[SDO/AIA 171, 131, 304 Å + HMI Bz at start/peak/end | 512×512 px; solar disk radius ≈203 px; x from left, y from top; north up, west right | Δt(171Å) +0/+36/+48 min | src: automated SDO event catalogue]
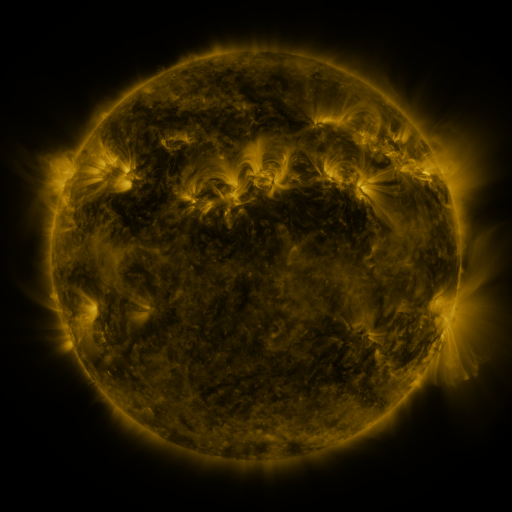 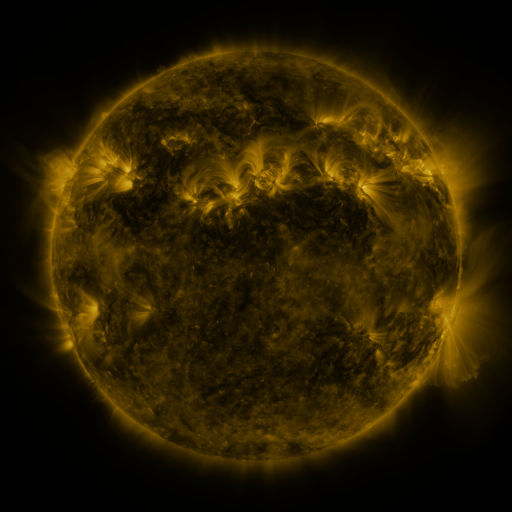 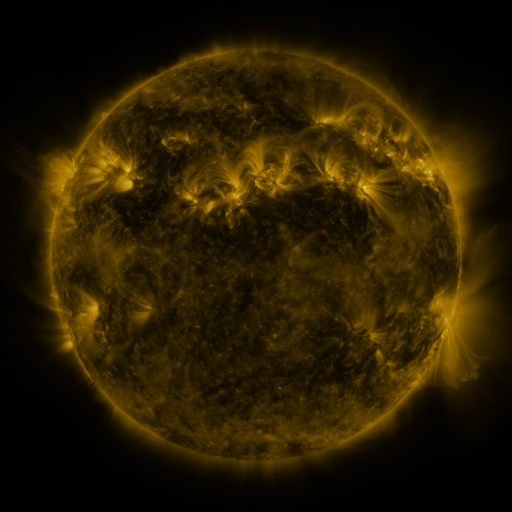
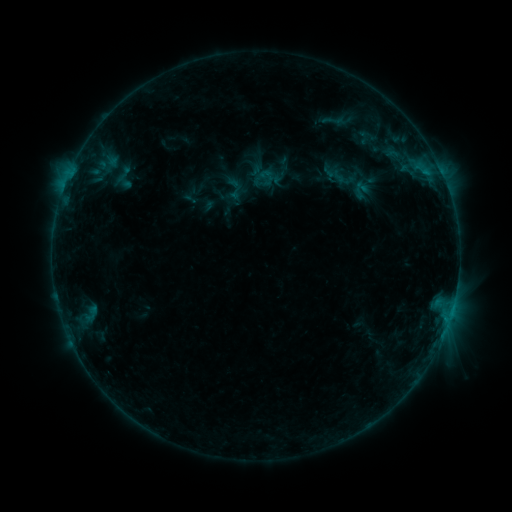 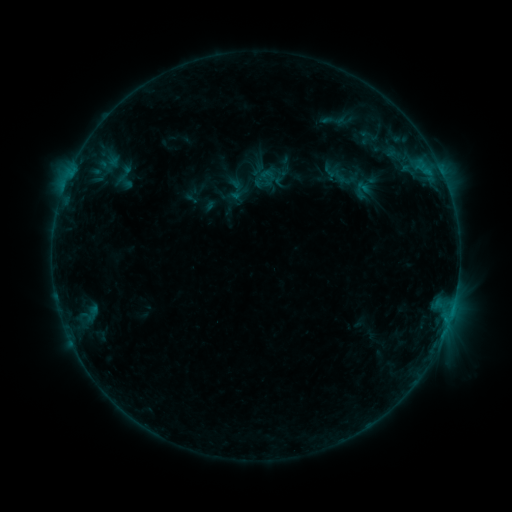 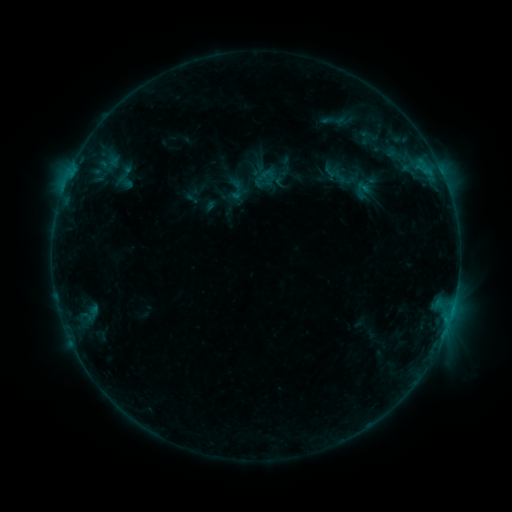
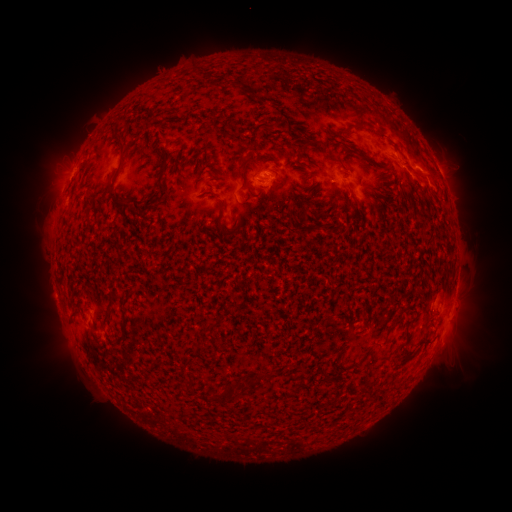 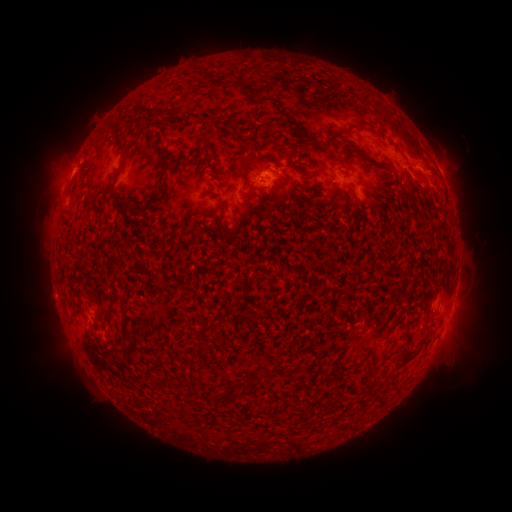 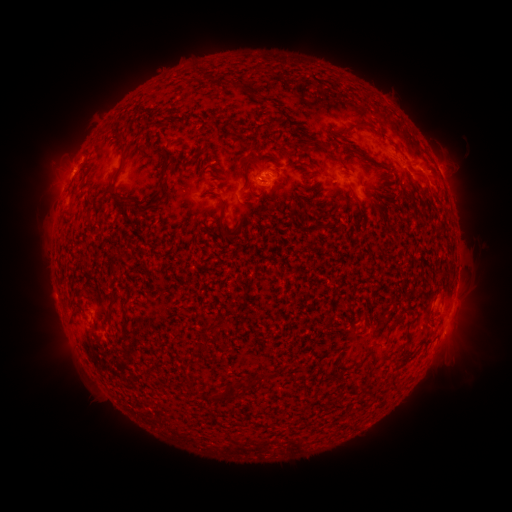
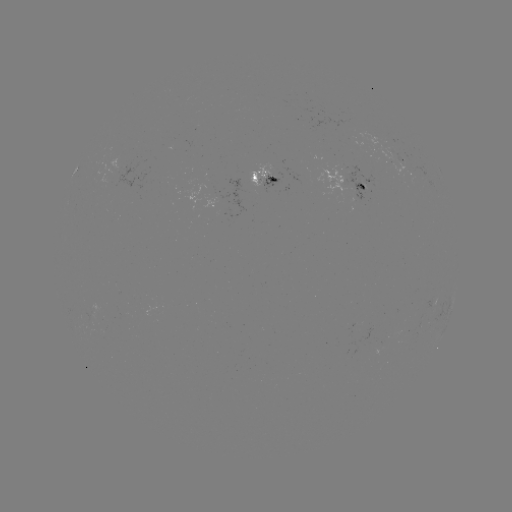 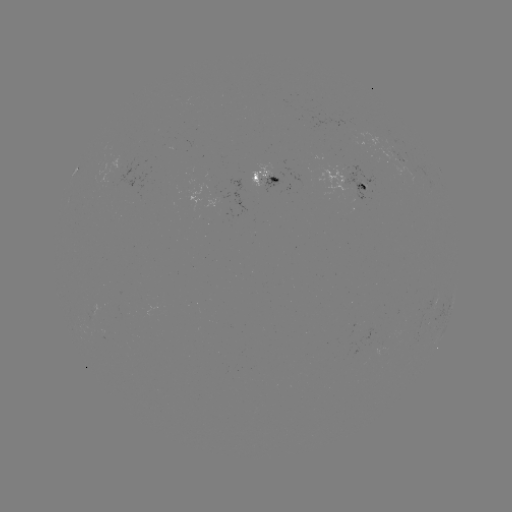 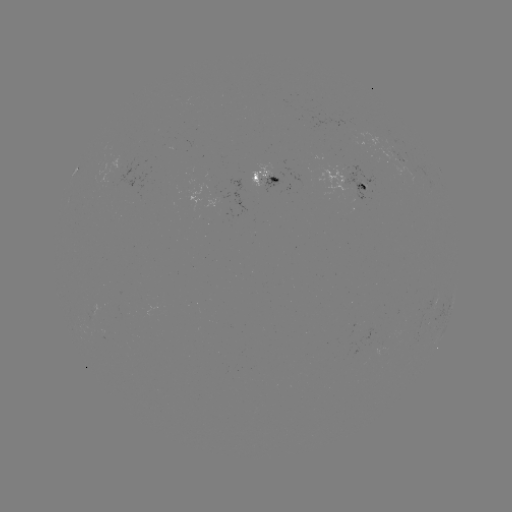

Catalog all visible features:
emerging-flux region: (362, 183)
